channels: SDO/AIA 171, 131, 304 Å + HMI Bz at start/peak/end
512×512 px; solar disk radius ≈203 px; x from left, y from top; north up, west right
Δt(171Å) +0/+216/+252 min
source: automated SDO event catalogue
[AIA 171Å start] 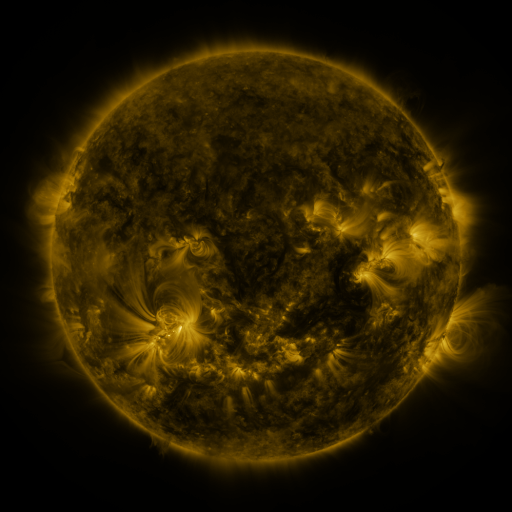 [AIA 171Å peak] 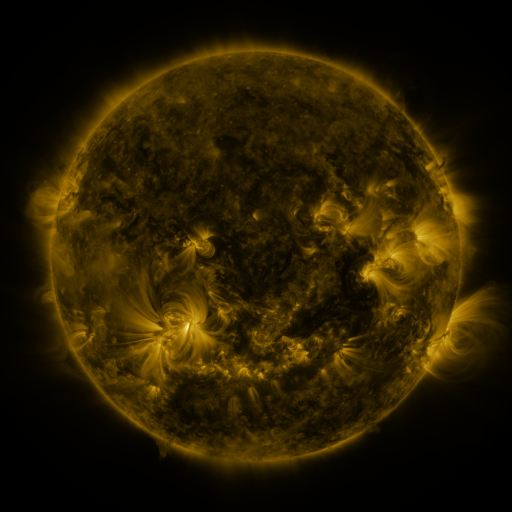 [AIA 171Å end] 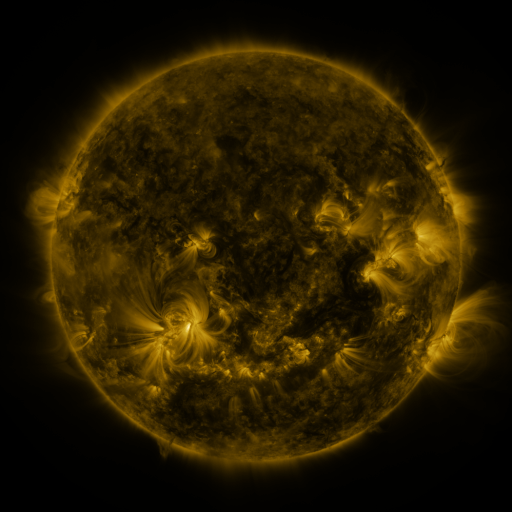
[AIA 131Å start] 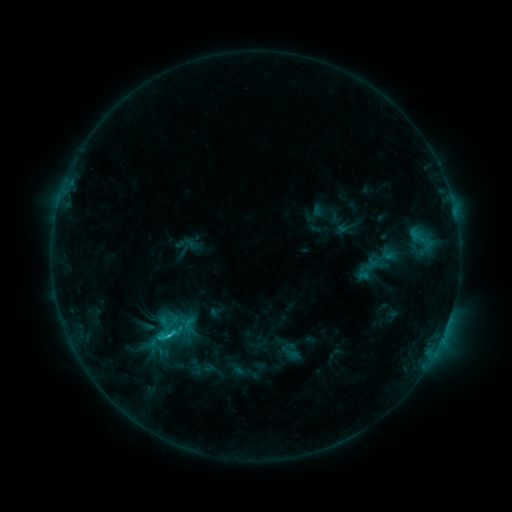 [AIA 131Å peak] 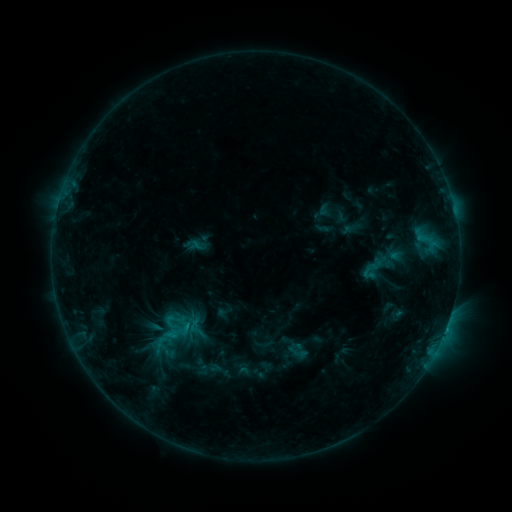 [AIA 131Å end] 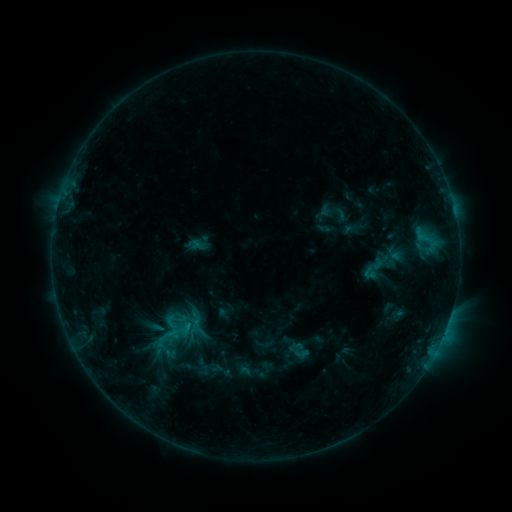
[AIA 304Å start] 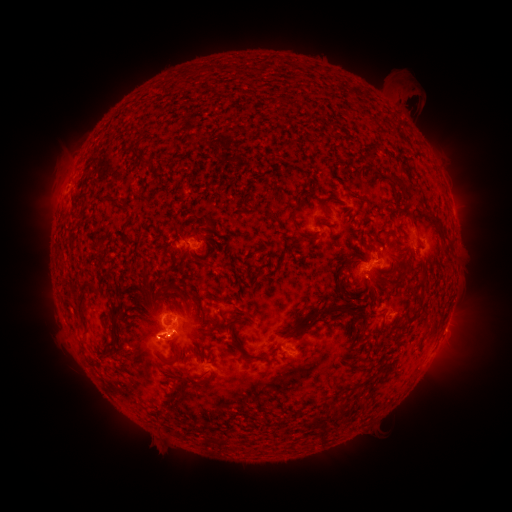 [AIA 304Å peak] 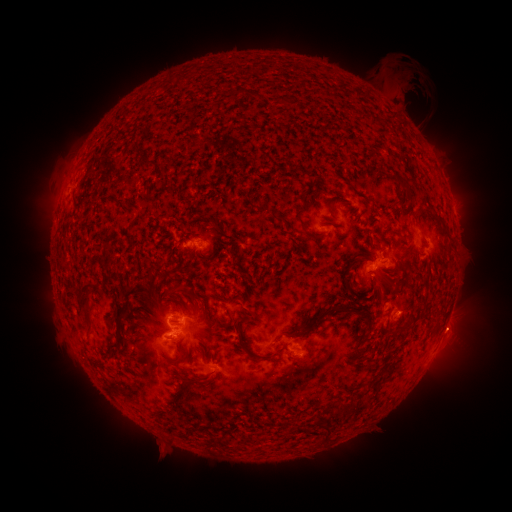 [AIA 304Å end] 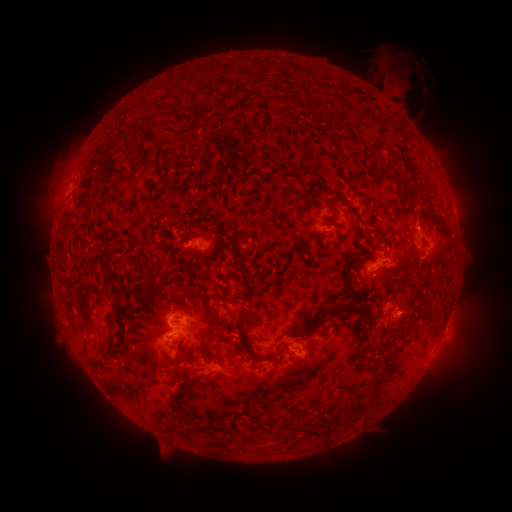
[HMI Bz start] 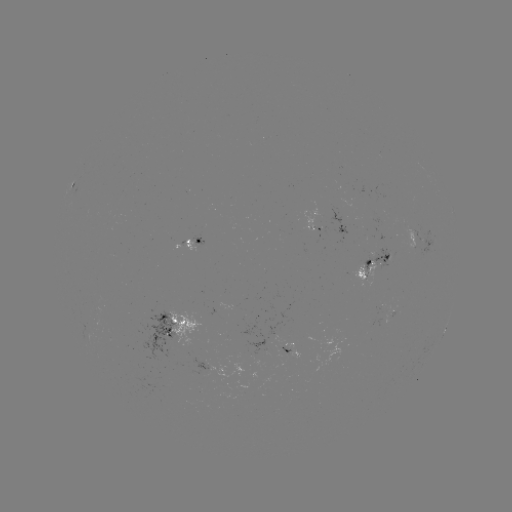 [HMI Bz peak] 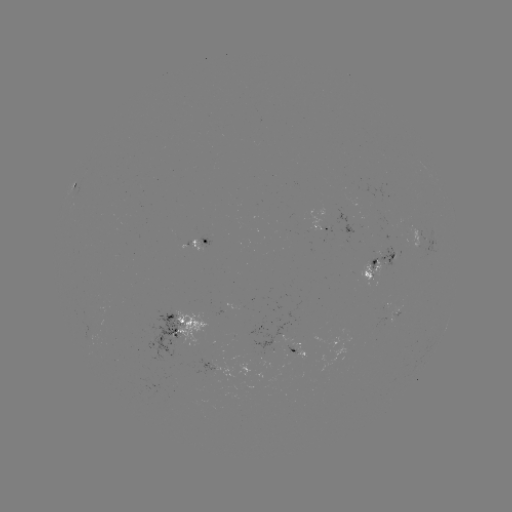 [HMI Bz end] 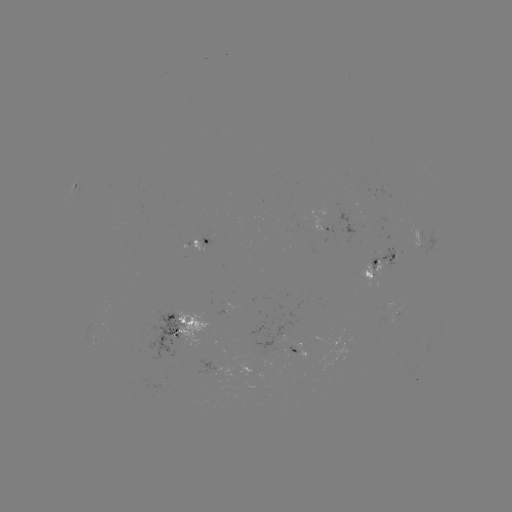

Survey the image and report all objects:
emerging-flux region: (288, 350)
